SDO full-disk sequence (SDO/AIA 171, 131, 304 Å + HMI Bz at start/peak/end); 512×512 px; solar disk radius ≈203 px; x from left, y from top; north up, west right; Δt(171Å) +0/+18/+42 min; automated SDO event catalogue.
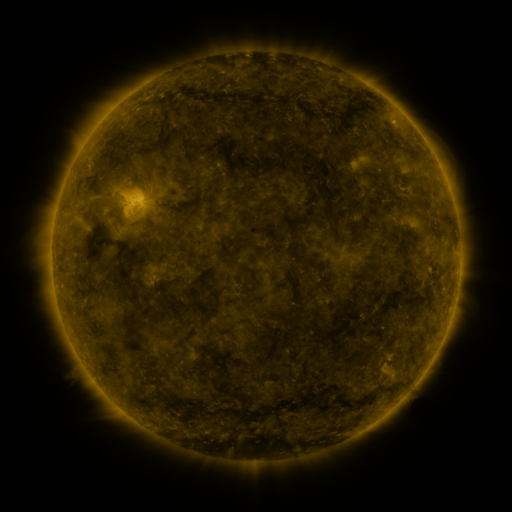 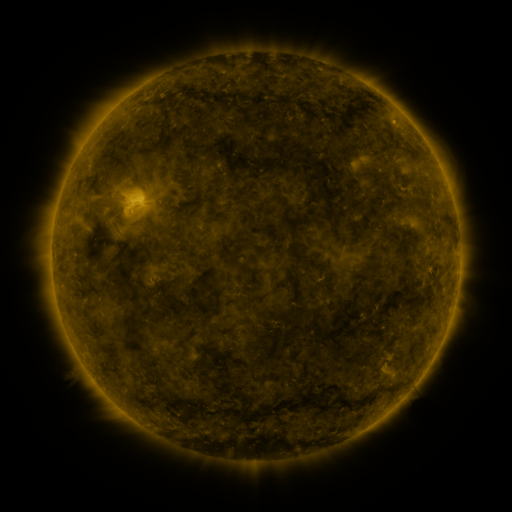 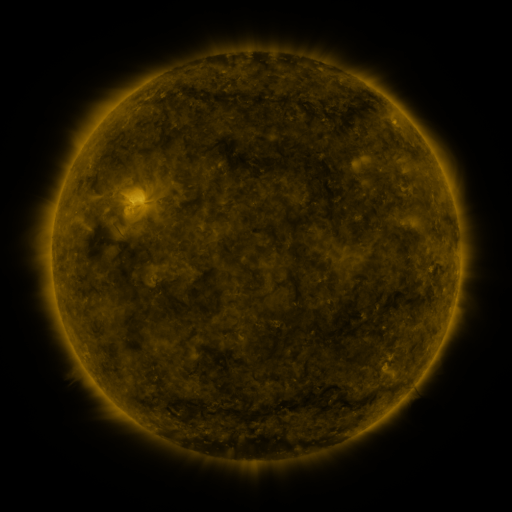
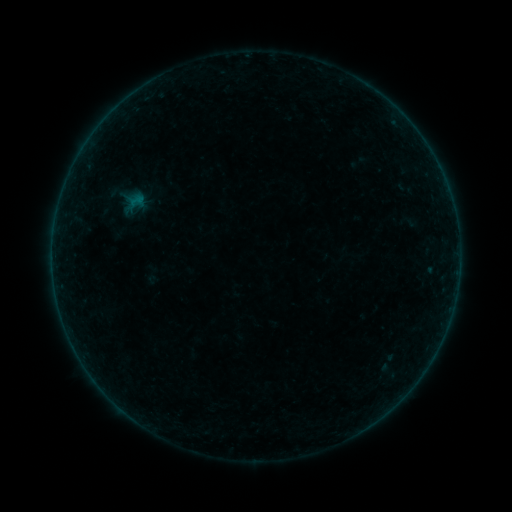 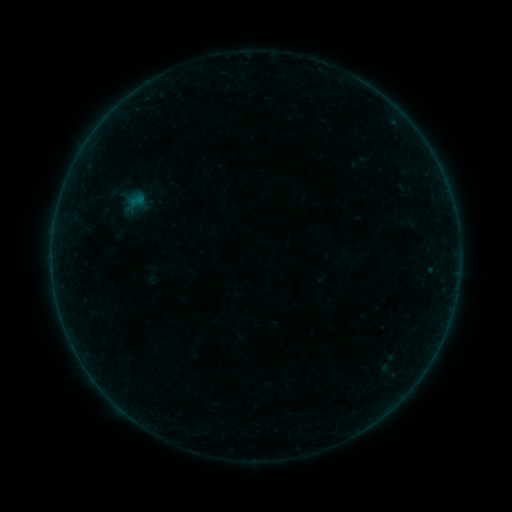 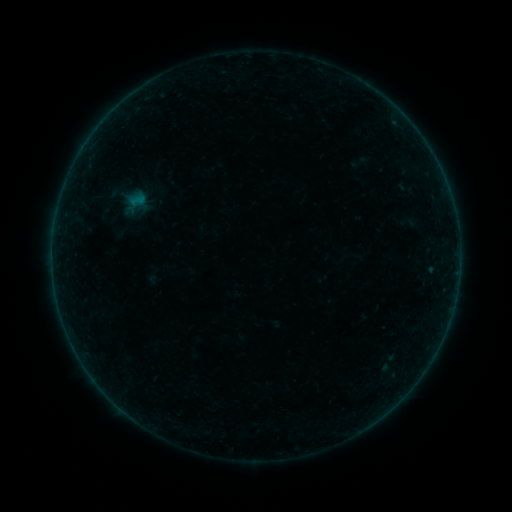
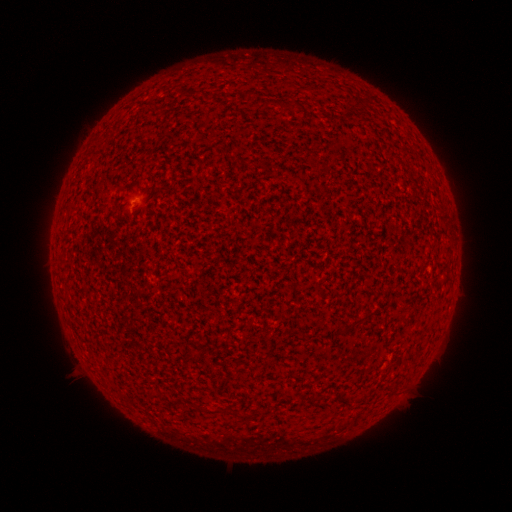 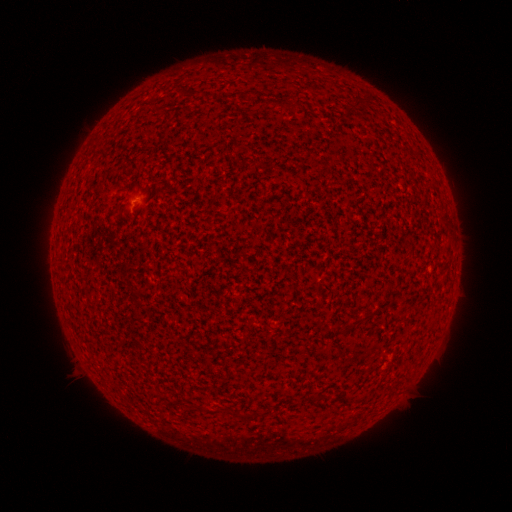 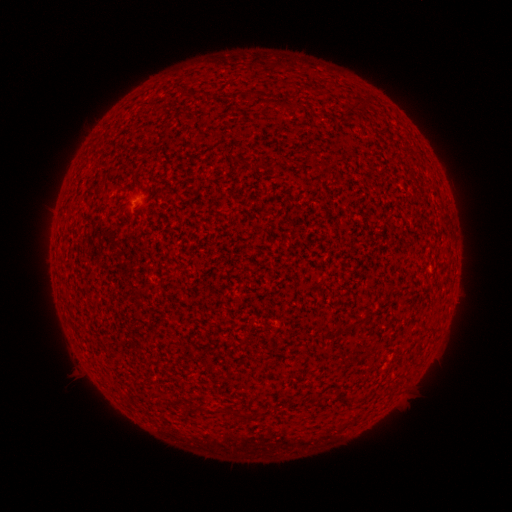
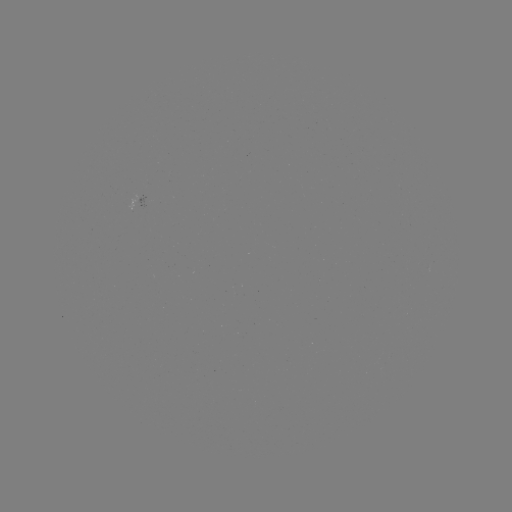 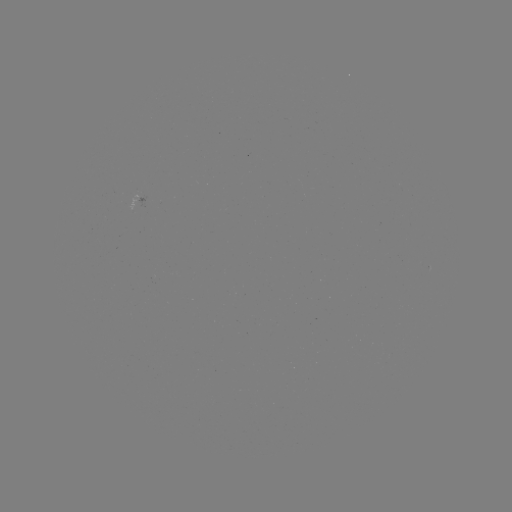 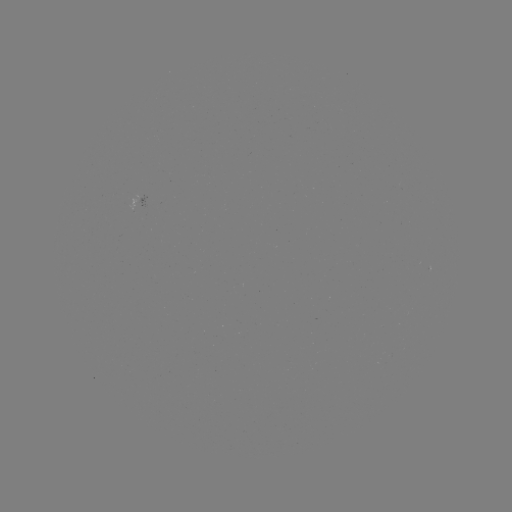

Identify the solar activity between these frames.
no flare in any classed list; no EUV-trigger detection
